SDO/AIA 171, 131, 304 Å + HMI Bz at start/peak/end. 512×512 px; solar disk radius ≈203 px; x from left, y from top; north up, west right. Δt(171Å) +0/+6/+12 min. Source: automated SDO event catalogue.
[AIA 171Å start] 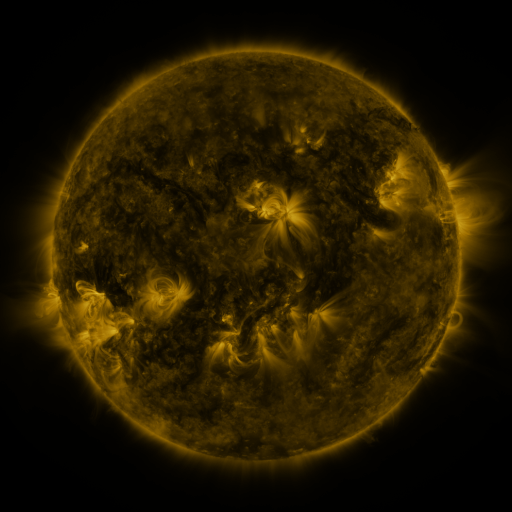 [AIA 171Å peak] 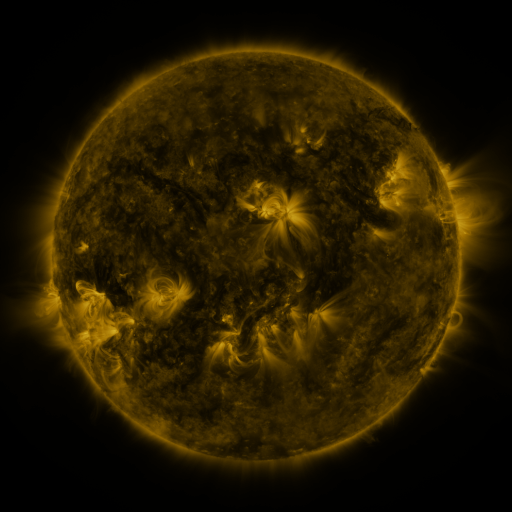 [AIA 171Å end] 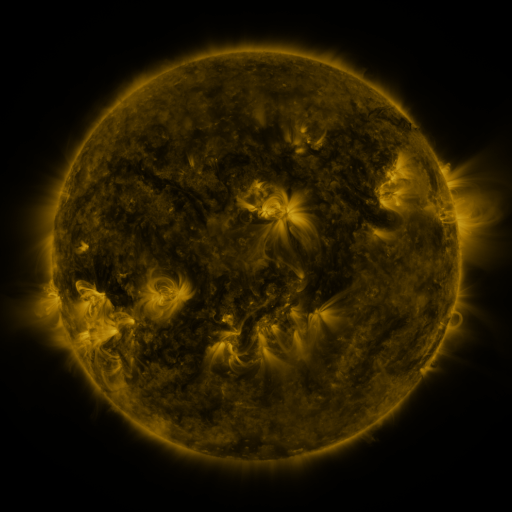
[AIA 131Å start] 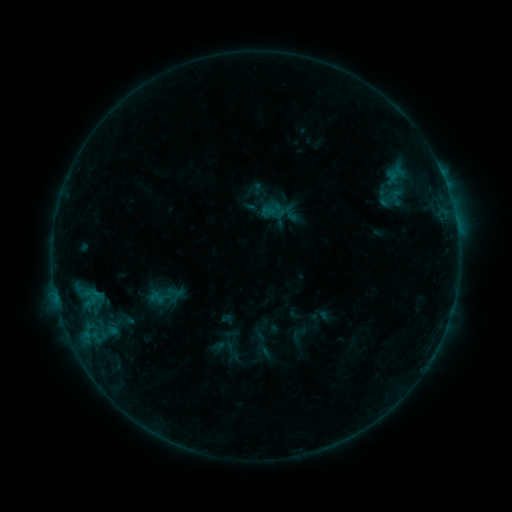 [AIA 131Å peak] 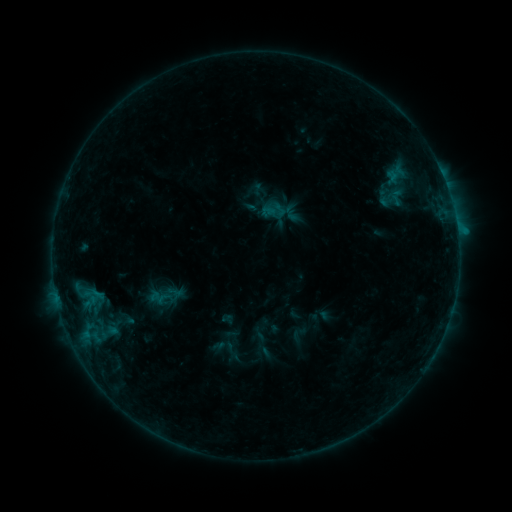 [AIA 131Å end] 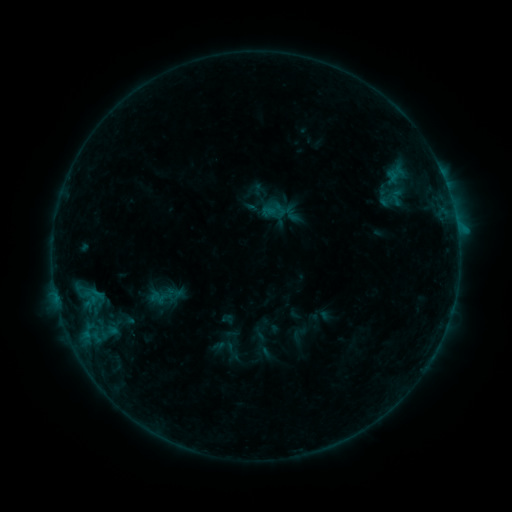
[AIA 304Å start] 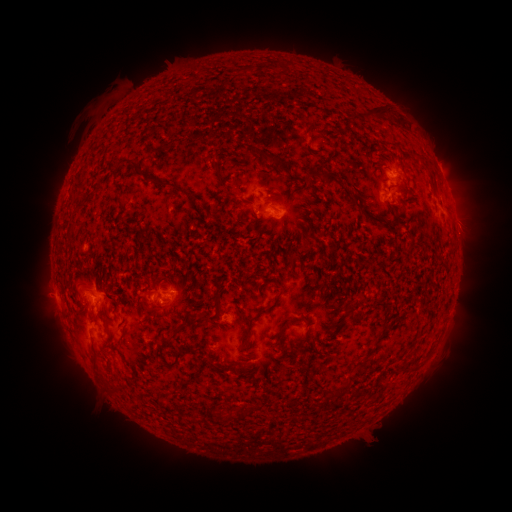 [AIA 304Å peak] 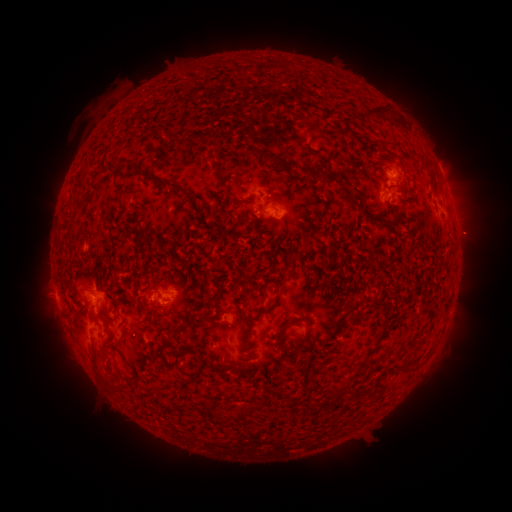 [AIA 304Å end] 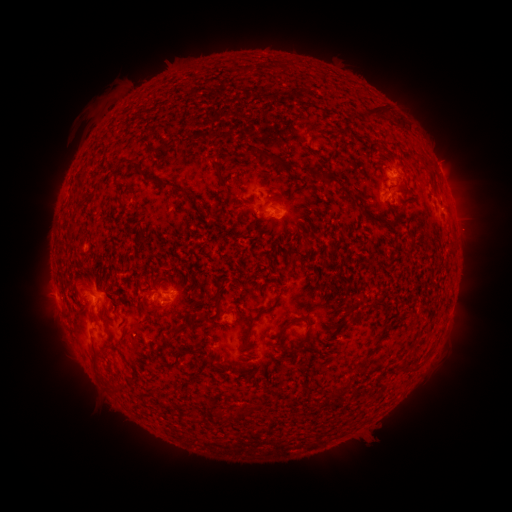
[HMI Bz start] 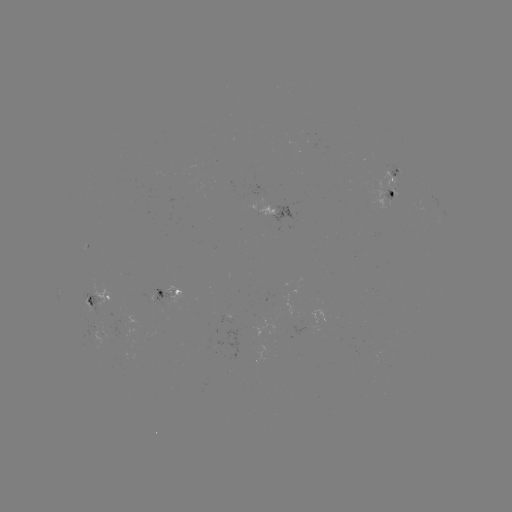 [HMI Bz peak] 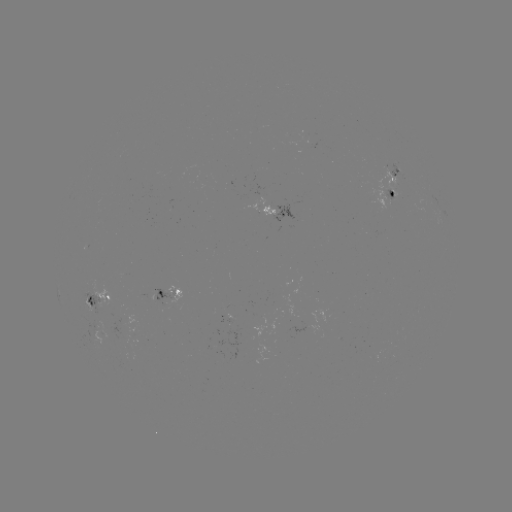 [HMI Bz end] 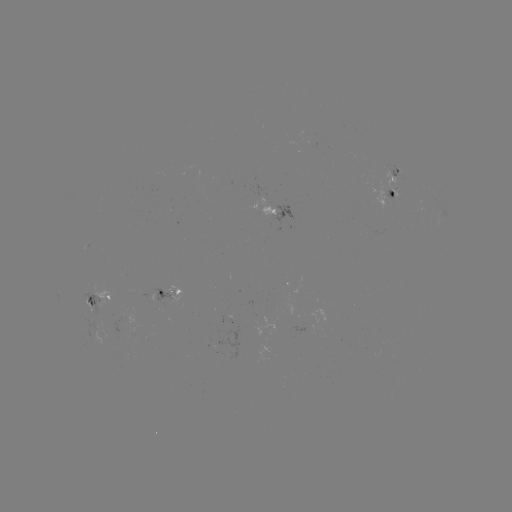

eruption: (442, 205, 500, 260)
